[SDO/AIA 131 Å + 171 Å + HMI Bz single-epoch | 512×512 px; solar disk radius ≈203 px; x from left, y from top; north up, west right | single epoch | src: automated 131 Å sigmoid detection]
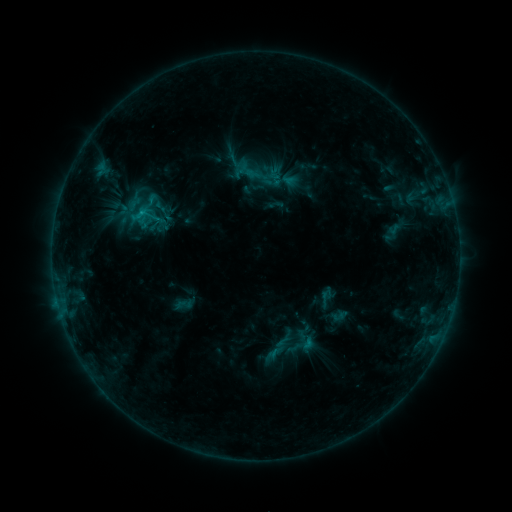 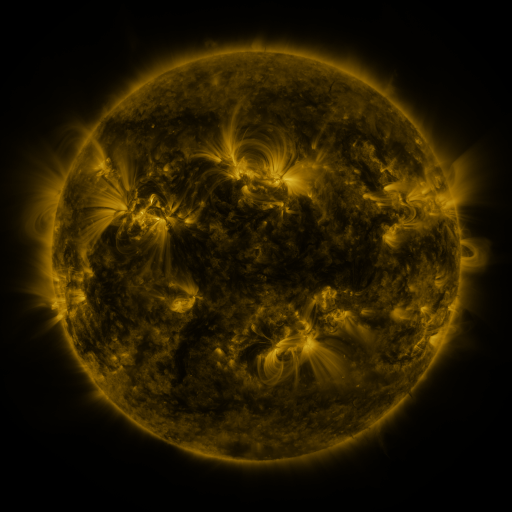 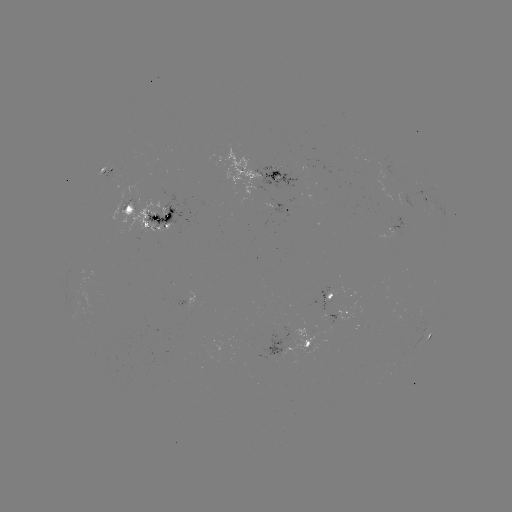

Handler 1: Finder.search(sigmoid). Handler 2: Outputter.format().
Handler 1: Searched sigmoid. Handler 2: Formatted (184, 304).